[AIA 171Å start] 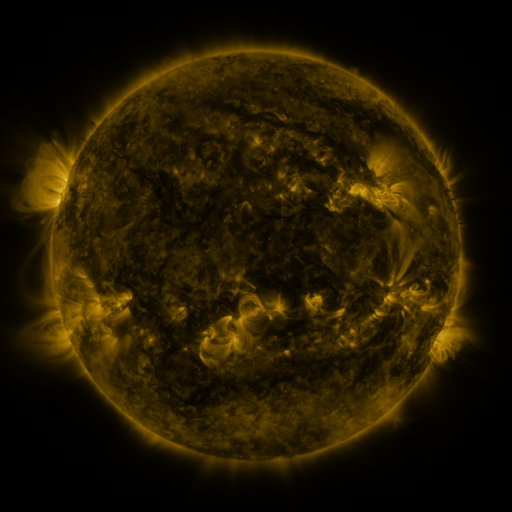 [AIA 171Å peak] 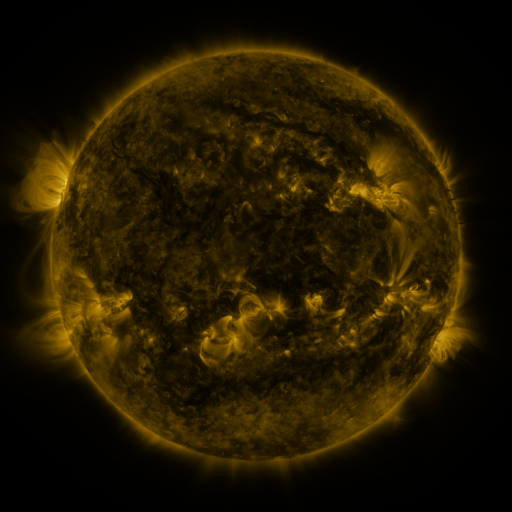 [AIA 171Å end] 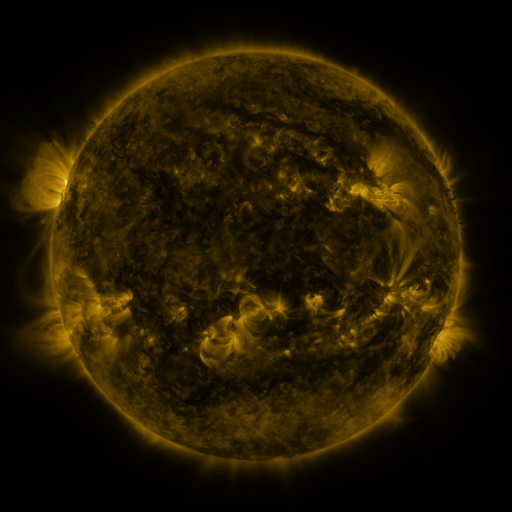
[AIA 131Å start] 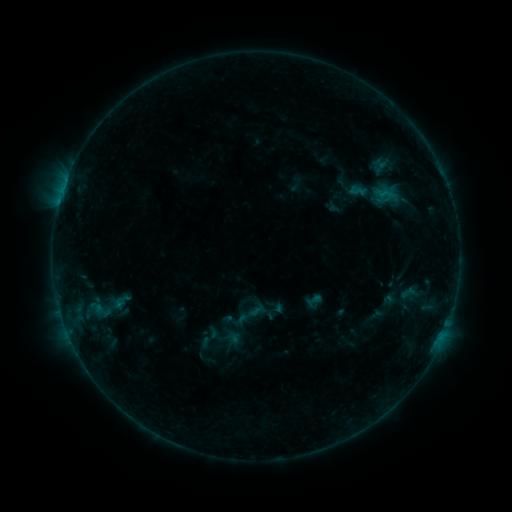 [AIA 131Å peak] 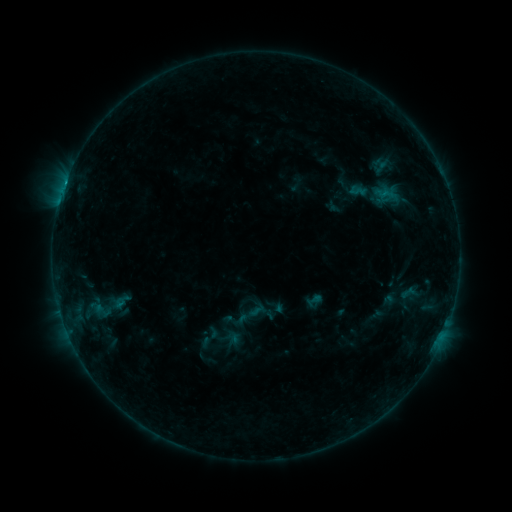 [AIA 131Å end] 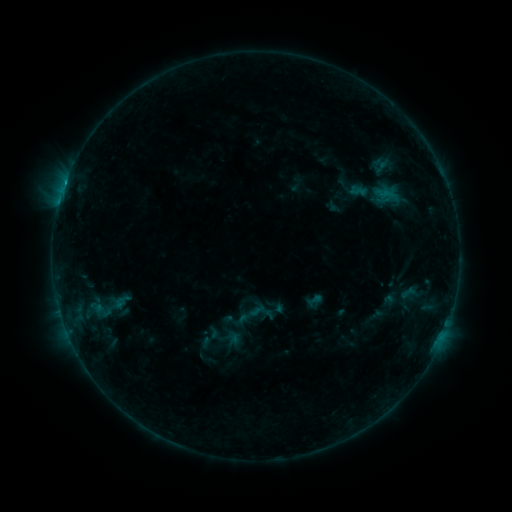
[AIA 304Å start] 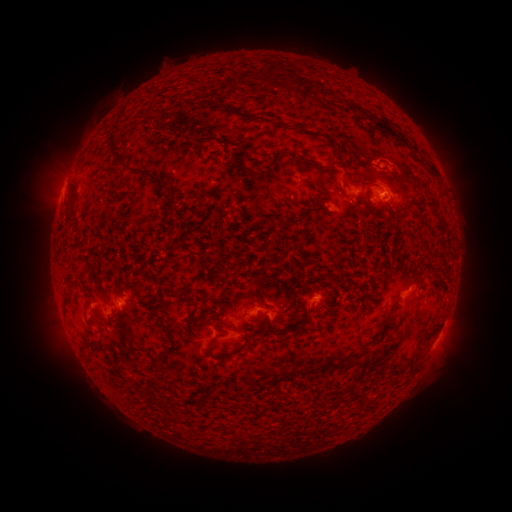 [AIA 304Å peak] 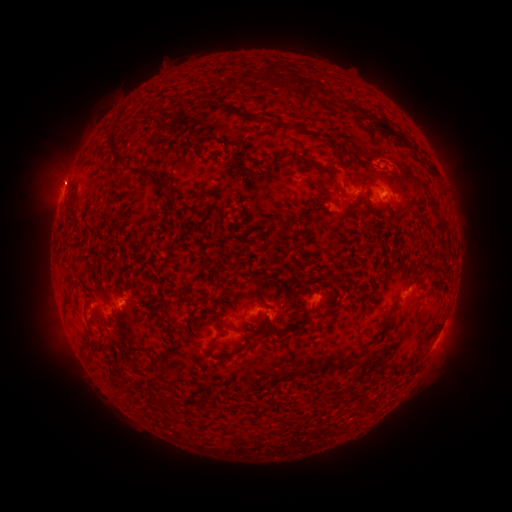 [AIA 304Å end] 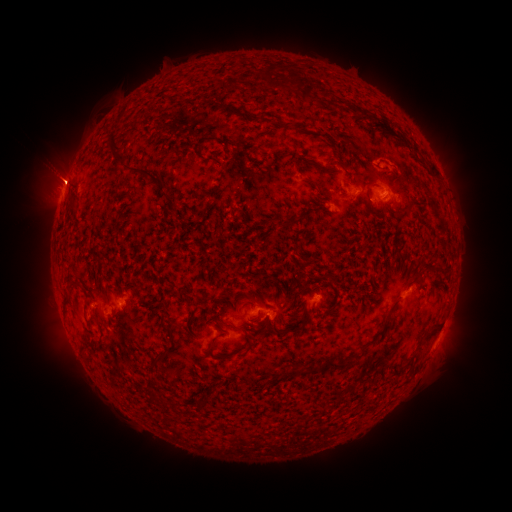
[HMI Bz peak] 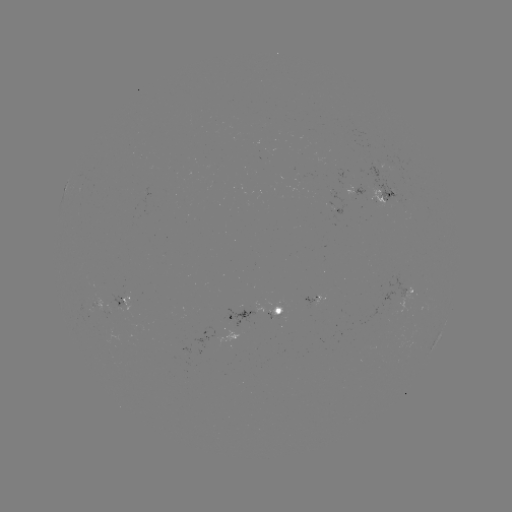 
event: flare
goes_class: B5.9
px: (65, 185)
